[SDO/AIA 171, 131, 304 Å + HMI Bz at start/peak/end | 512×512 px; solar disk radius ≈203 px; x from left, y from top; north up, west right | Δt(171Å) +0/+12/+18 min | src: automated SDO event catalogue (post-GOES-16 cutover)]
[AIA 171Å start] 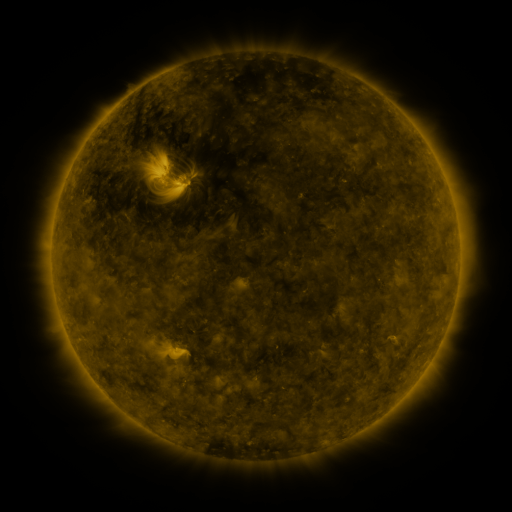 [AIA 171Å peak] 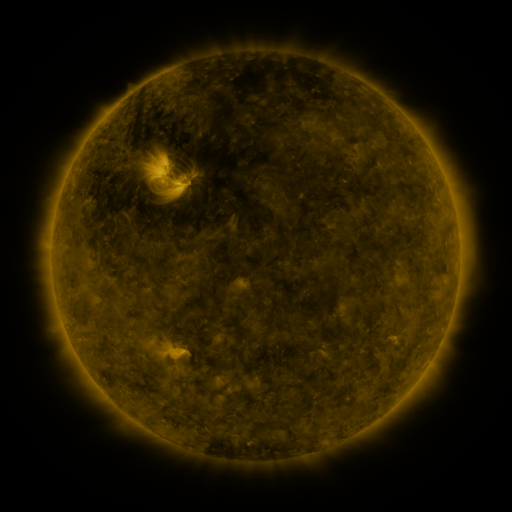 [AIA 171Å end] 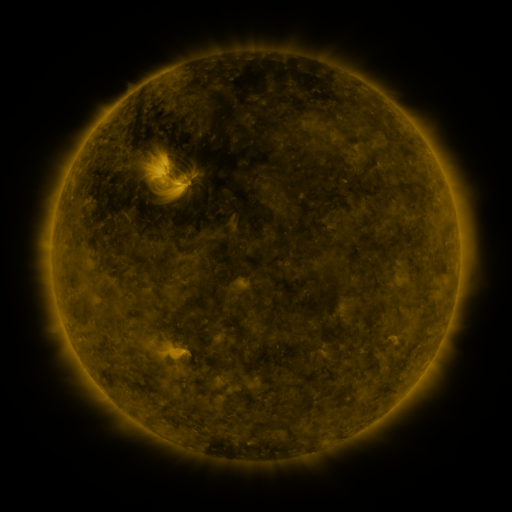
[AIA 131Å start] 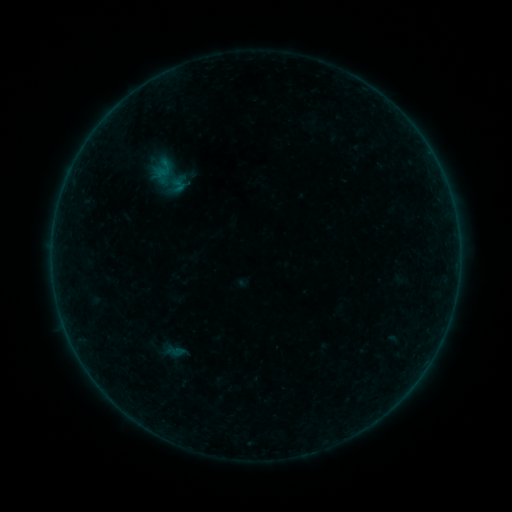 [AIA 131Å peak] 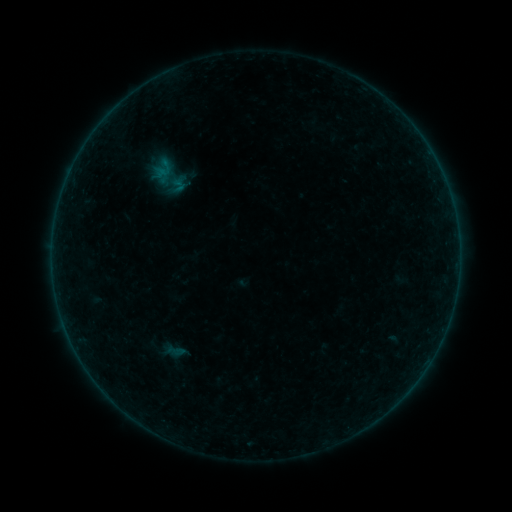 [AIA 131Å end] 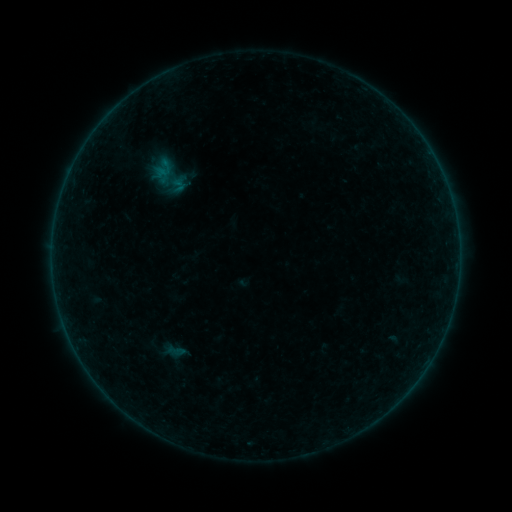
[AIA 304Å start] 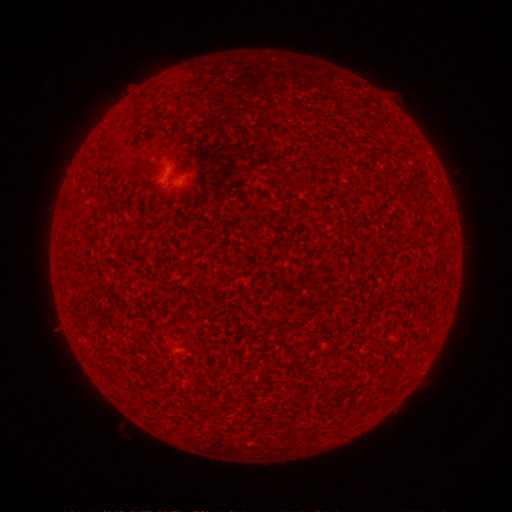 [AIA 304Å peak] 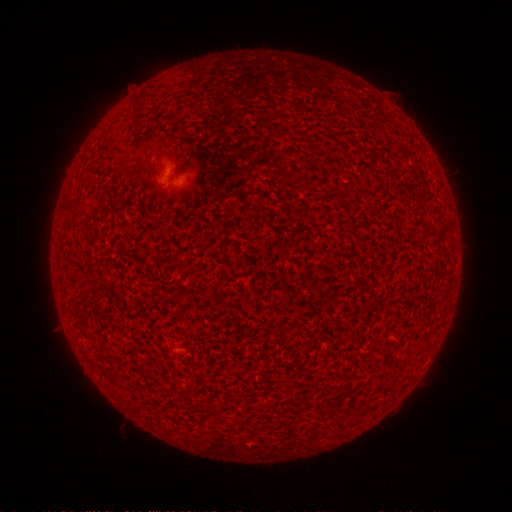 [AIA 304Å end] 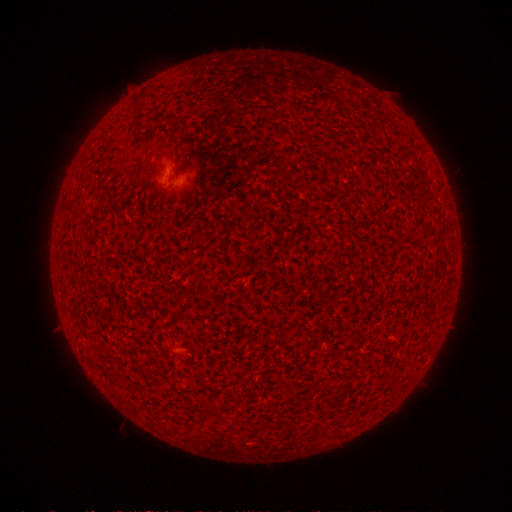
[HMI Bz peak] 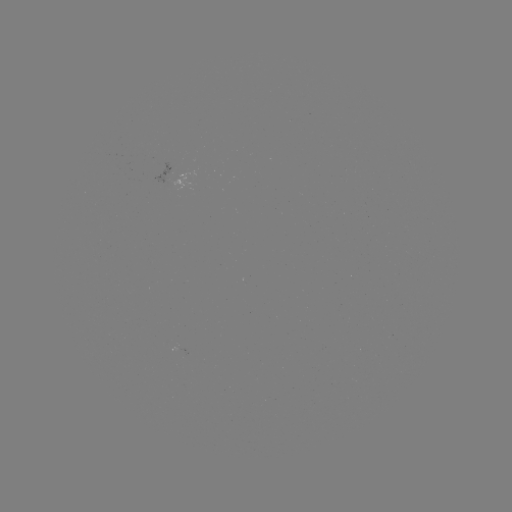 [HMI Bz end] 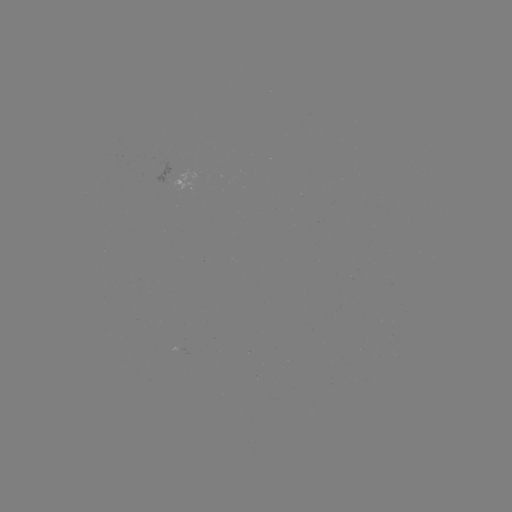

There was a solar flare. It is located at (170, 173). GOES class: A8.1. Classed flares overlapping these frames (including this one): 1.